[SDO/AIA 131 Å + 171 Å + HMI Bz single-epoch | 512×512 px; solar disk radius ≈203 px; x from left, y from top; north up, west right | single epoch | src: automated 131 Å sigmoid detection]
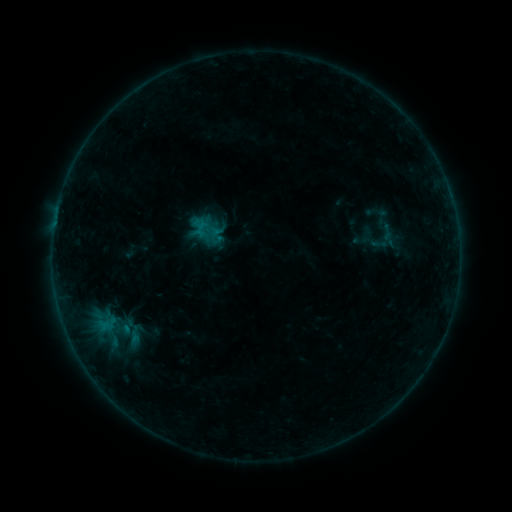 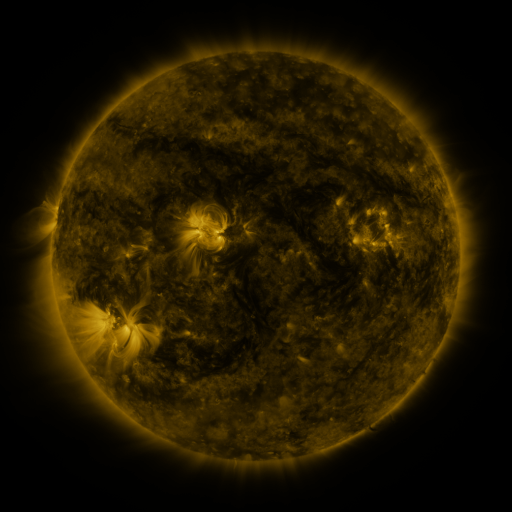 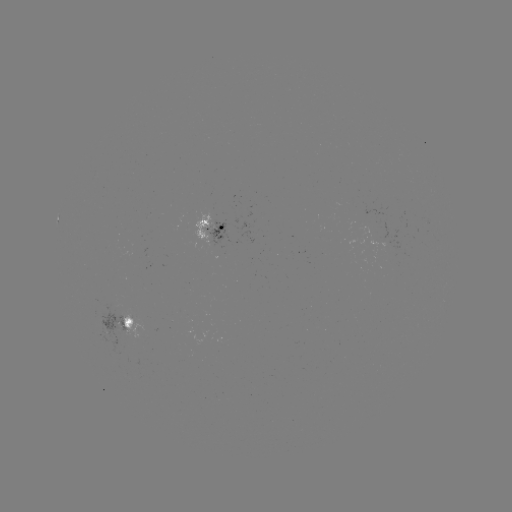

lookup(sigmoid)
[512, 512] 387,232